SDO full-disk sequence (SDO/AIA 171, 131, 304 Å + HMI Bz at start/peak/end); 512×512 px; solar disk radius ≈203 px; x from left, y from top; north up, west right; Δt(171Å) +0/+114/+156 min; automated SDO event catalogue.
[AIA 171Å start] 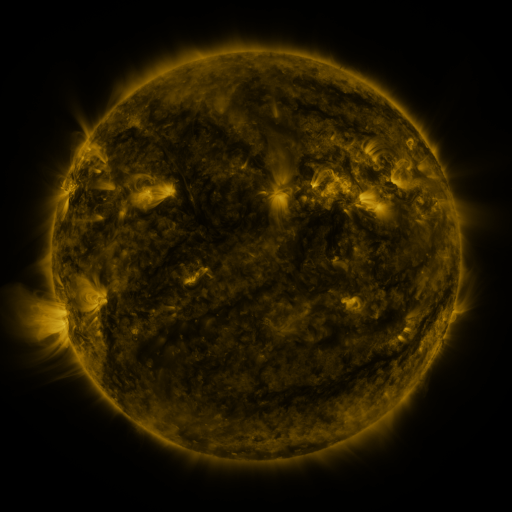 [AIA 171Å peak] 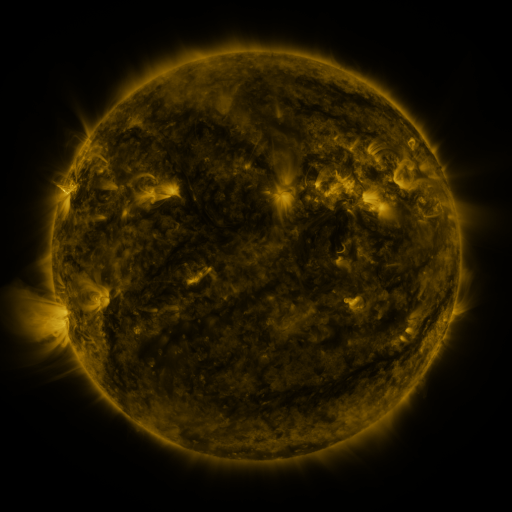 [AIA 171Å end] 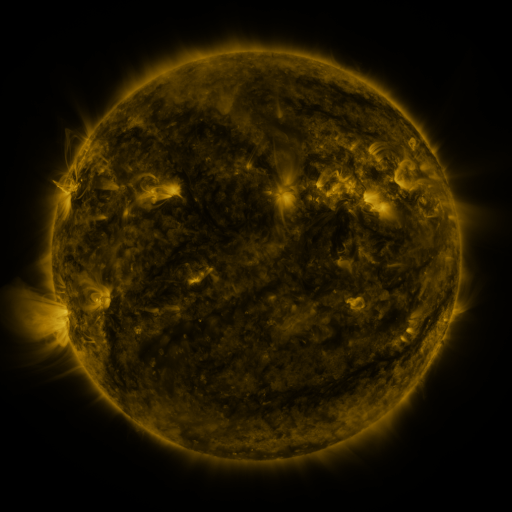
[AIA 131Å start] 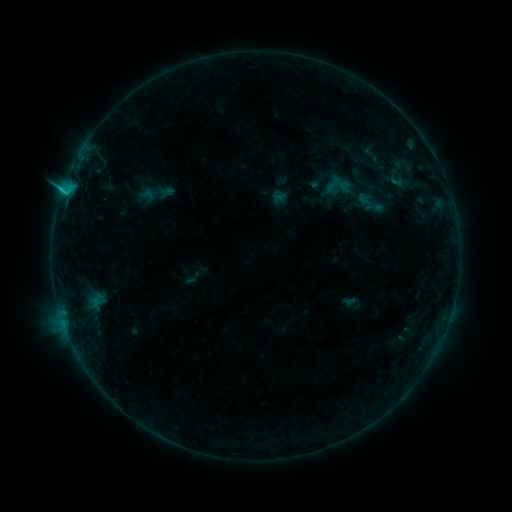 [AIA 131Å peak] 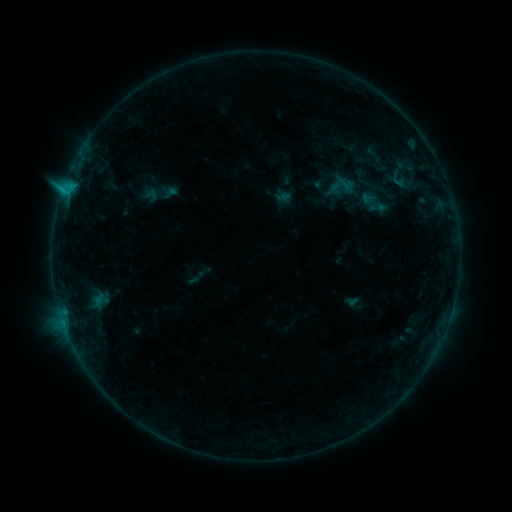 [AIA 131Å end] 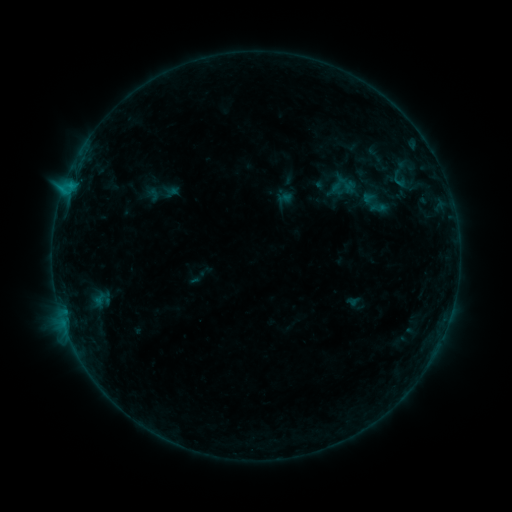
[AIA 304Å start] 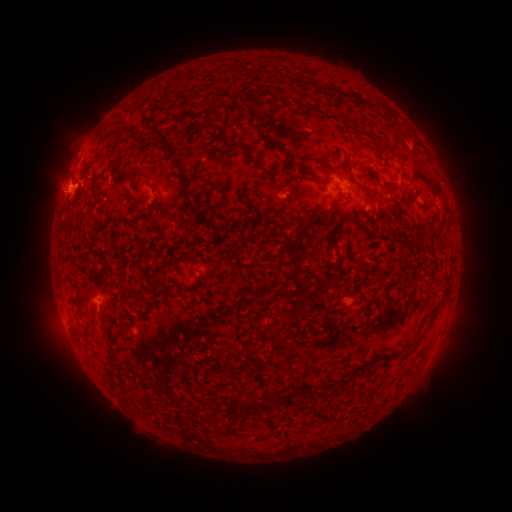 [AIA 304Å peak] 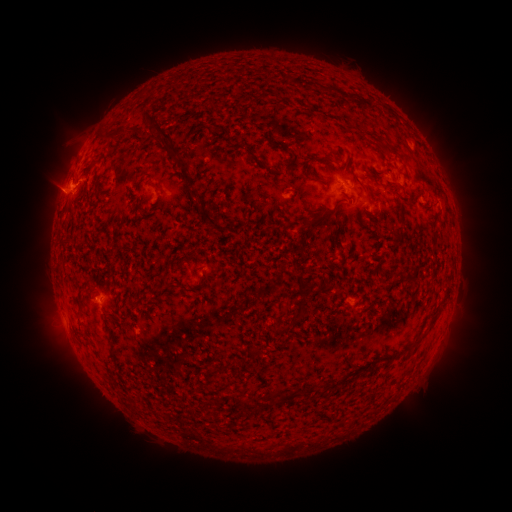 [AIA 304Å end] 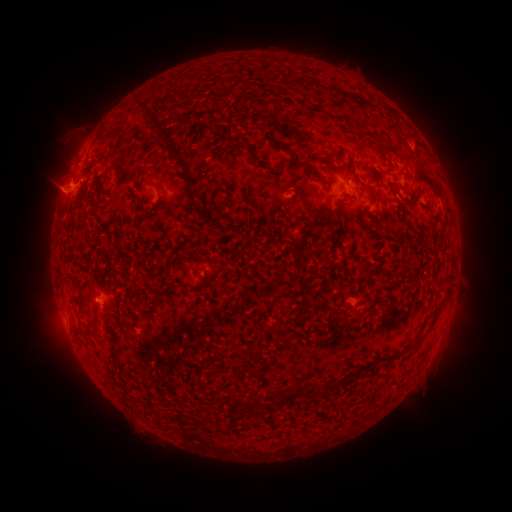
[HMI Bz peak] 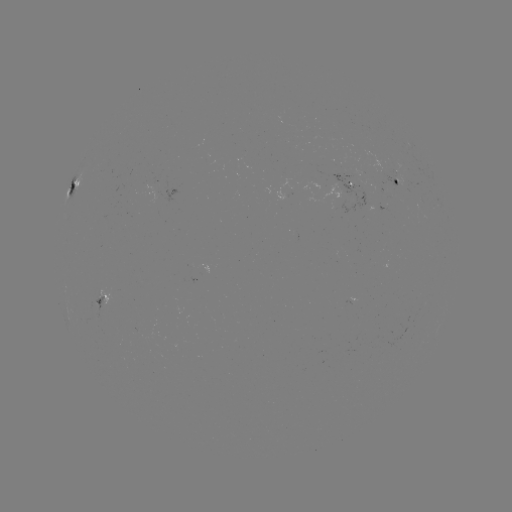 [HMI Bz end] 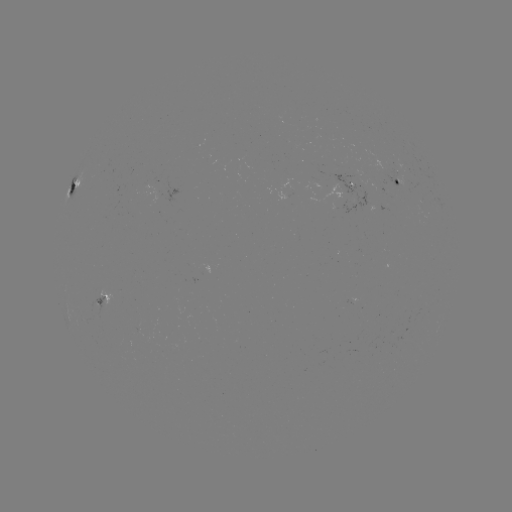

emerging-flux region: <bbox>377, 203, 389, 213</bbox>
